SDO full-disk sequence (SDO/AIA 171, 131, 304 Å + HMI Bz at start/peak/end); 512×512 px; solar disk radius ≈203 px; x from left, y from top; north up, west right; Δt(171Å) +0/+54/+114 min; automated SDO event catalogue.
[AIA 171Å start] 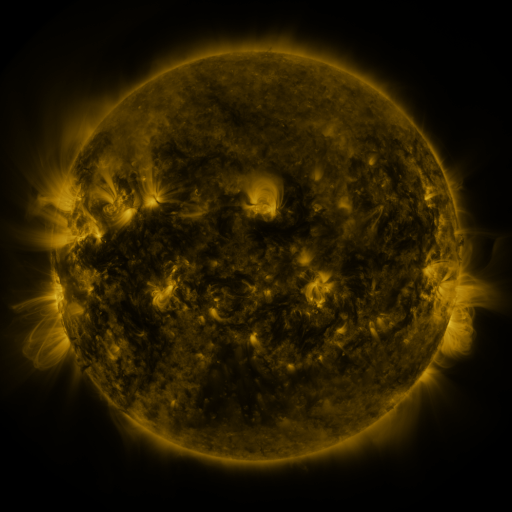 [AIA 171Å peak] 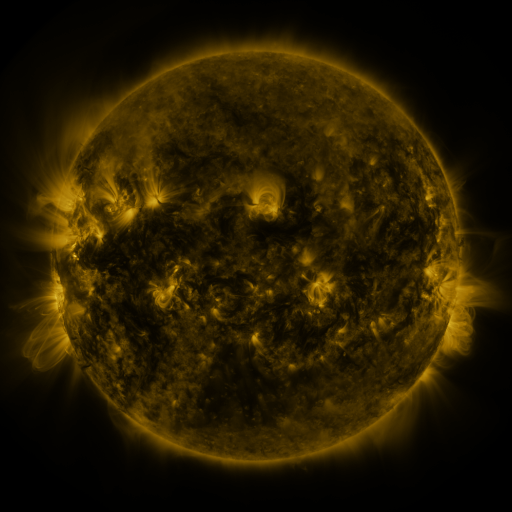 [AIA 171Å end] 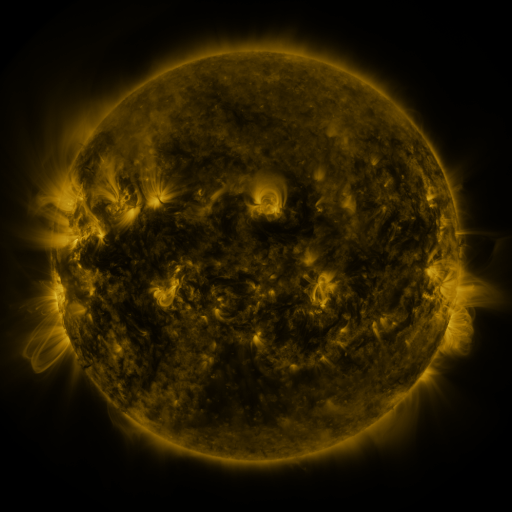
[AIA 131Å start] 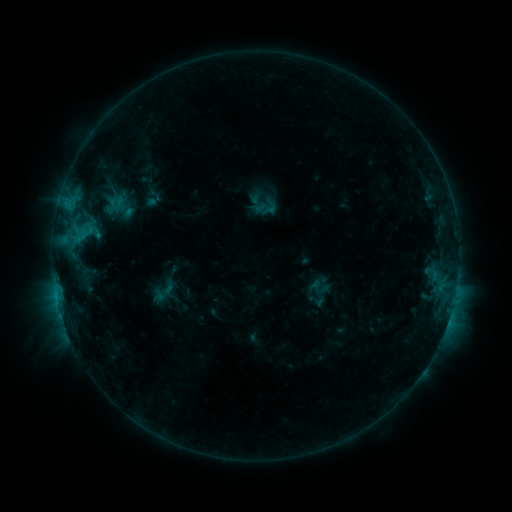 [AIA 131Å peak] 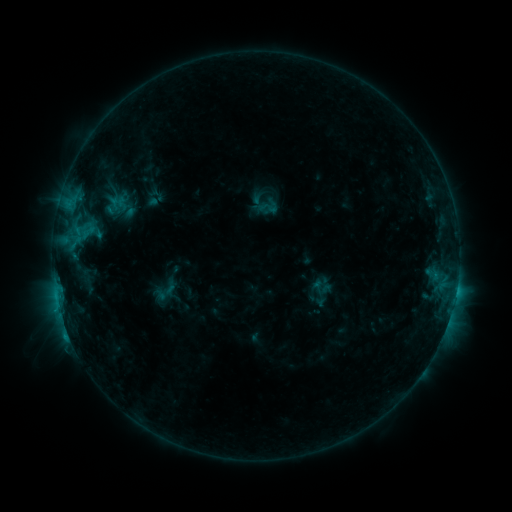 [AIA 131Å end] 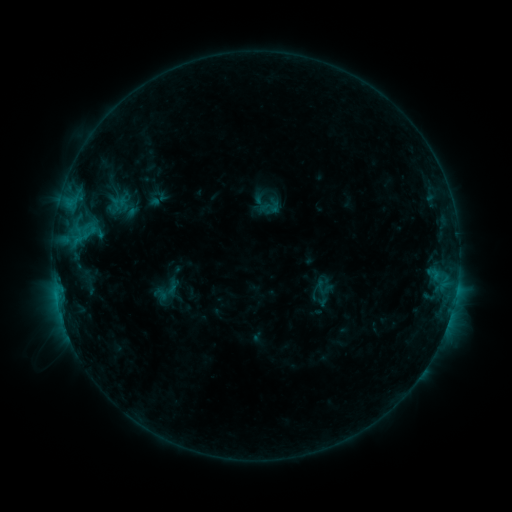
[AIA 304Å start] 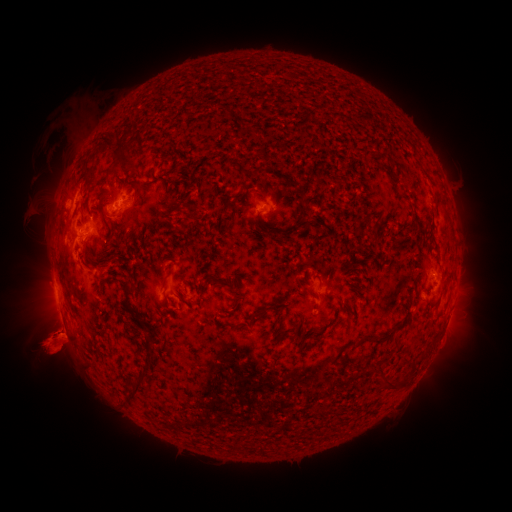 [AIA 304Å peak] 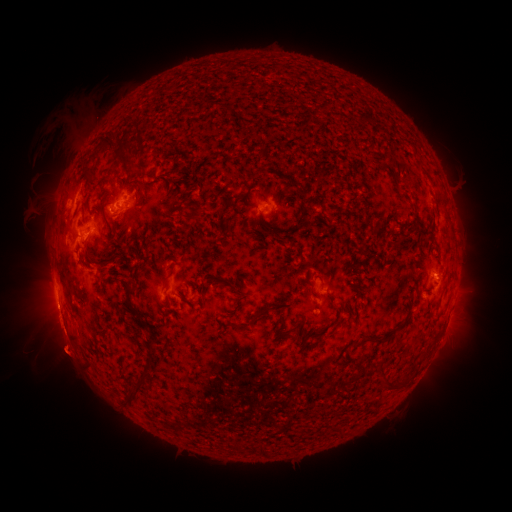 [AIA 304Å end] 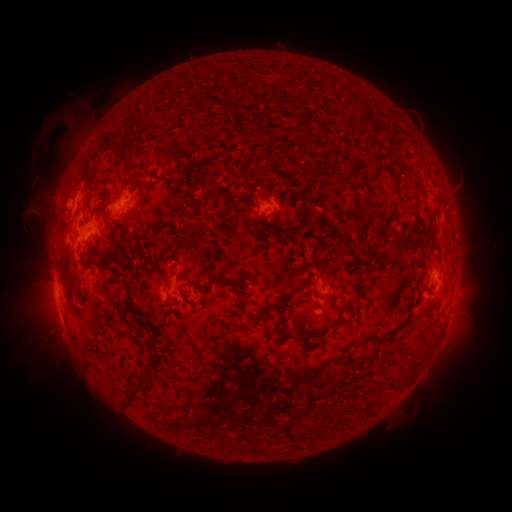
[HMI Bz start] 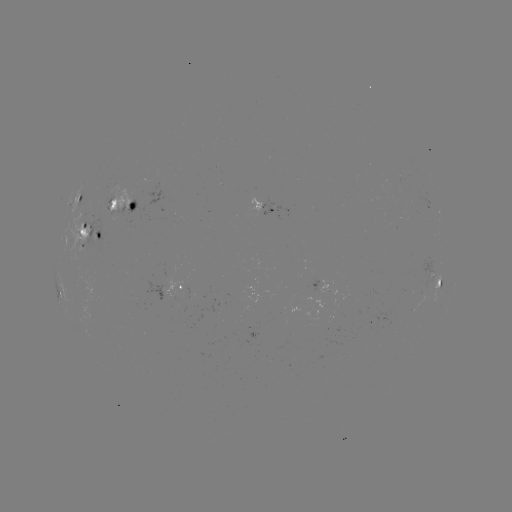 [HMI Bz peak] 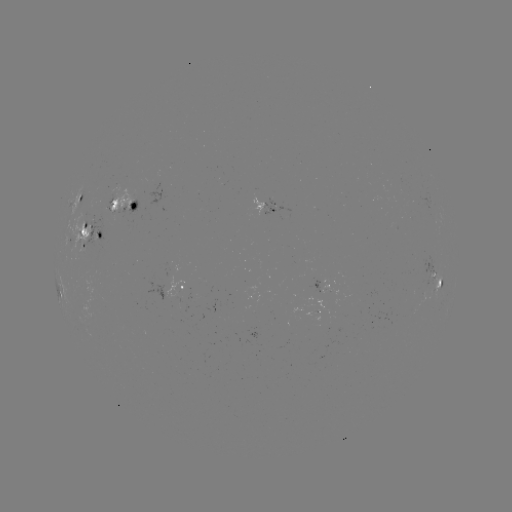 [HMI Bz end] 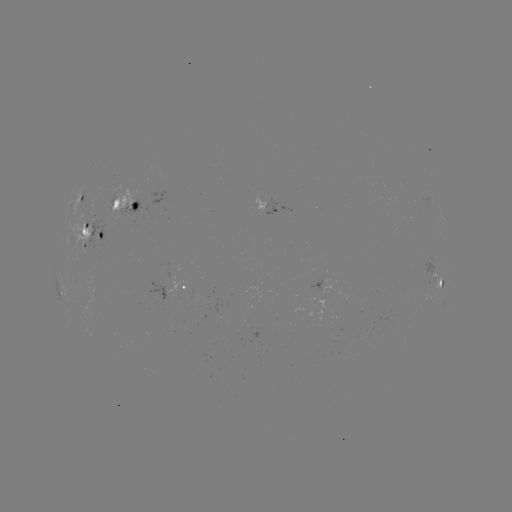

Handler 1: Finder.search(C1.9 flare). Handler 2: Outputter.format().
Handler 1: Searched C1.9 flare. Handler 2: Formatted [456, 291].